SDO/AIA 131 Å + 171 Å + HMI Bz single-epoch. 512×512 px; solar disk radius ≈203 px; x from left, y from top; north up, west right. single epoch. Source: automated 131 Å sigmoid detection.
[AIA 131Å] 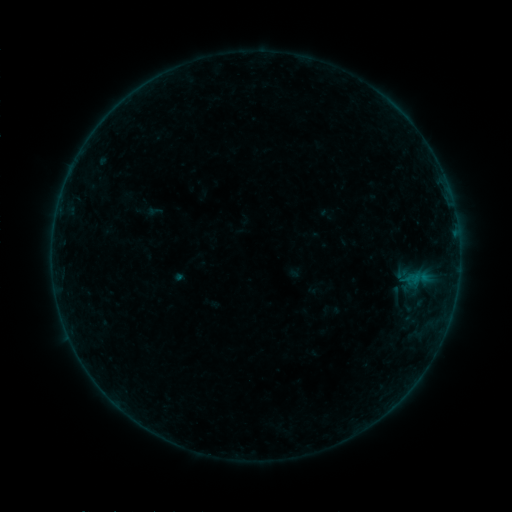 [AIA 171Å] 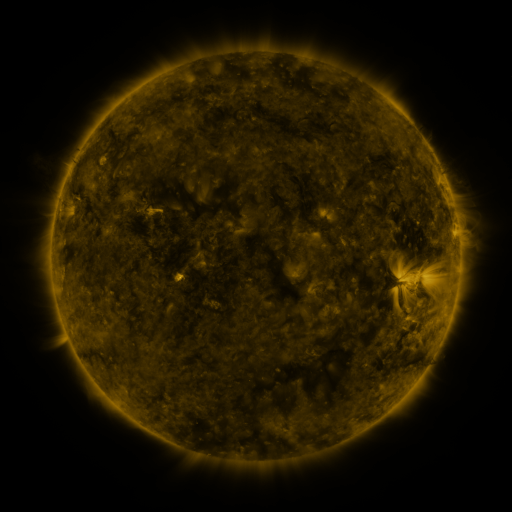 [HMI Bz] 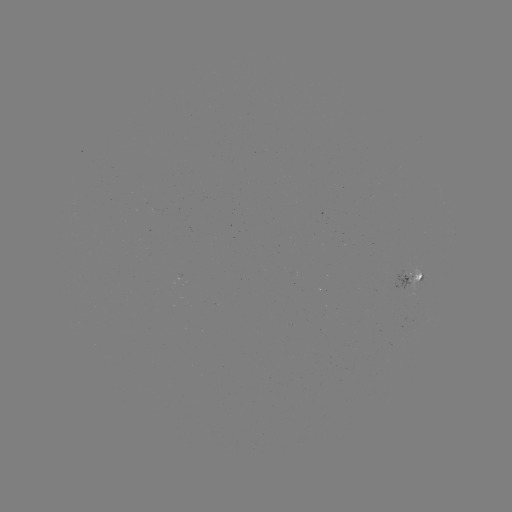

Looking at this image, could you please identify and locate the sigmoid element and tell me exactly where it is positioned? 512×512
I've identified sigmoid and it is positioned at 396,295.